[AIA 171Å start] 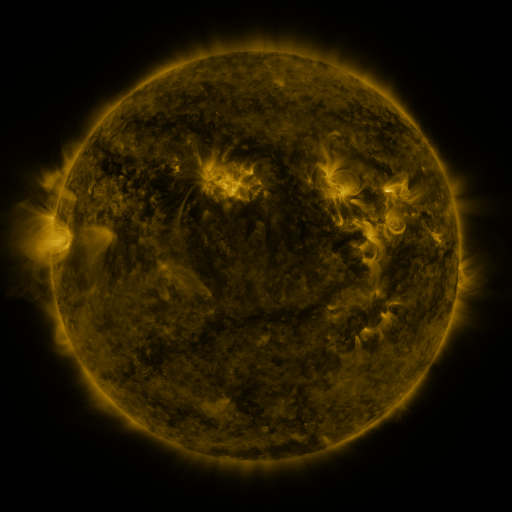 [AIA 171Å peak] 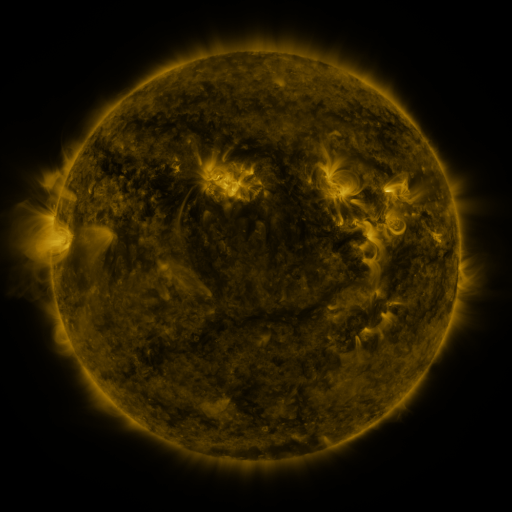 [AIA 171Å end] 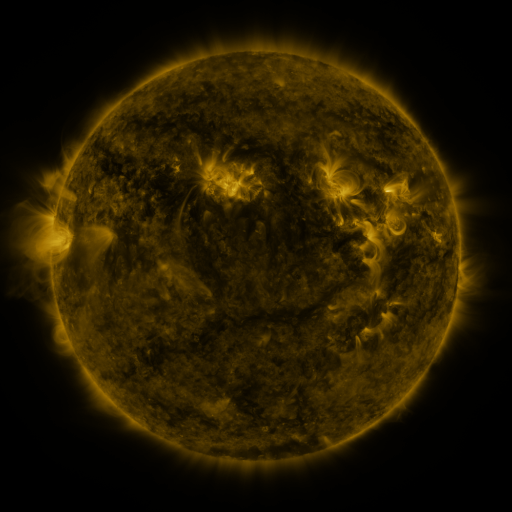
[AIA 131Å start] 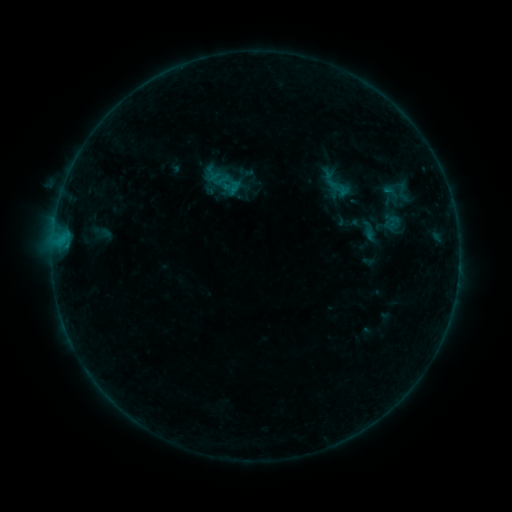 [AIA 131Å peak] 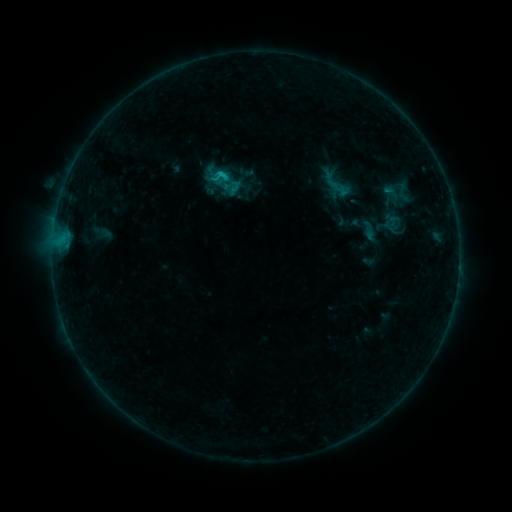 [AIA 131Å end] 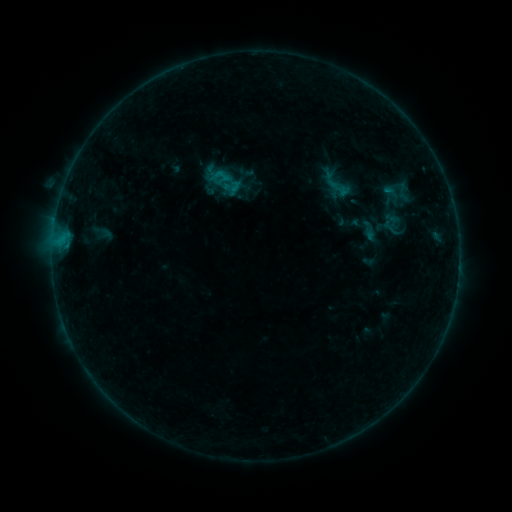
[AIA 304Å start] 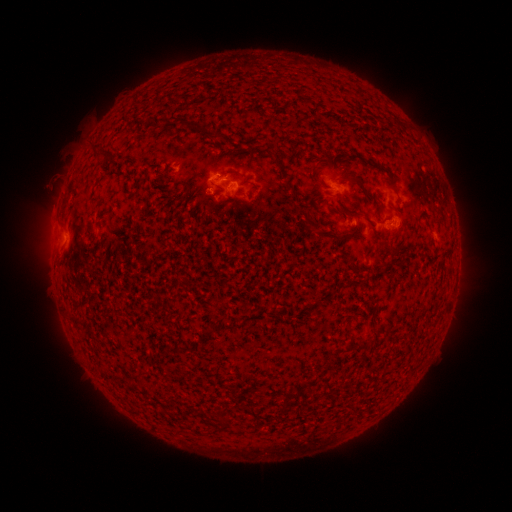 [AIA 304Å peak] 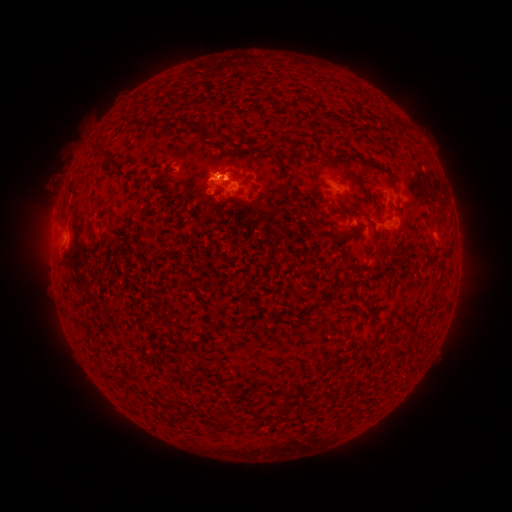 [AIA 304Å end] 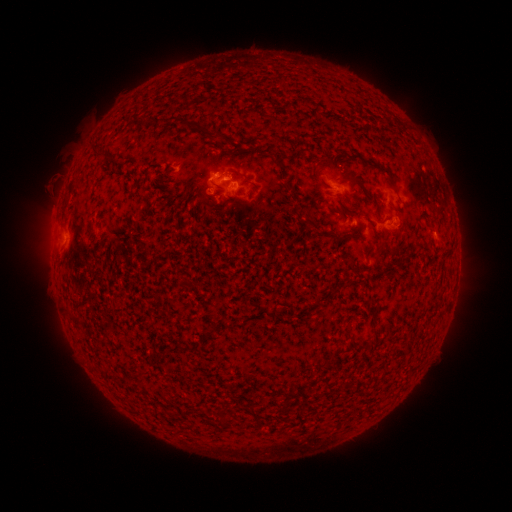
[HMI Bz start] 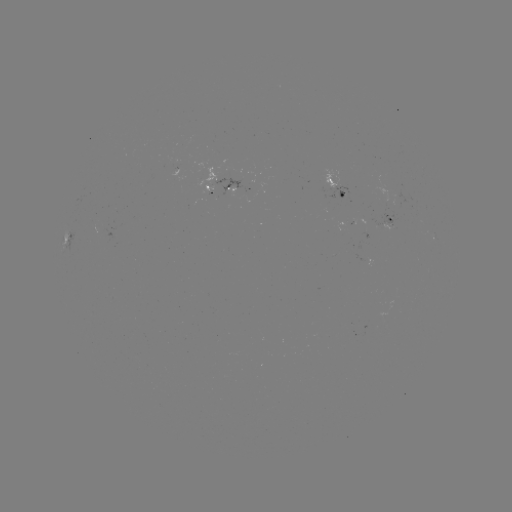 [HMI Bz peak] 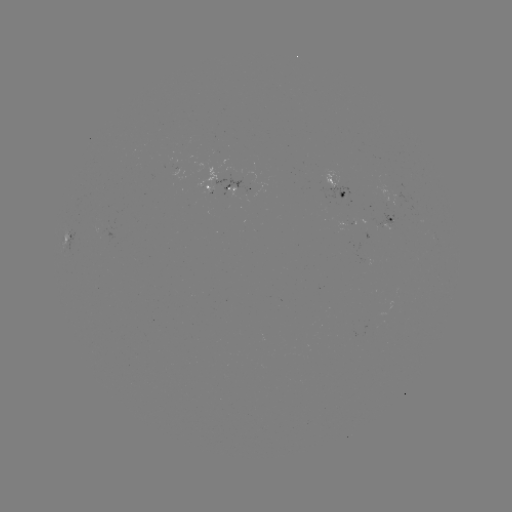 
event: flare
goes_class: B6.4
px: (222, 176)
